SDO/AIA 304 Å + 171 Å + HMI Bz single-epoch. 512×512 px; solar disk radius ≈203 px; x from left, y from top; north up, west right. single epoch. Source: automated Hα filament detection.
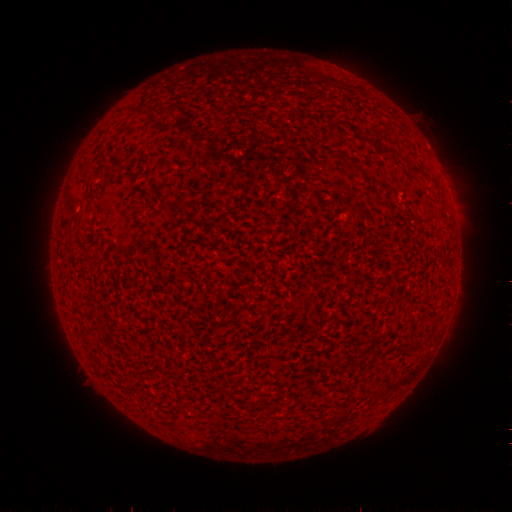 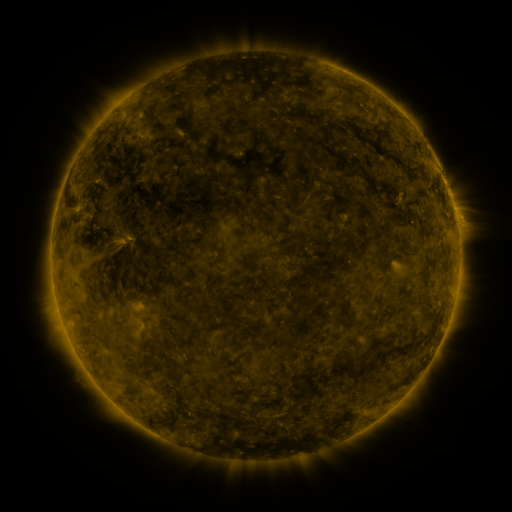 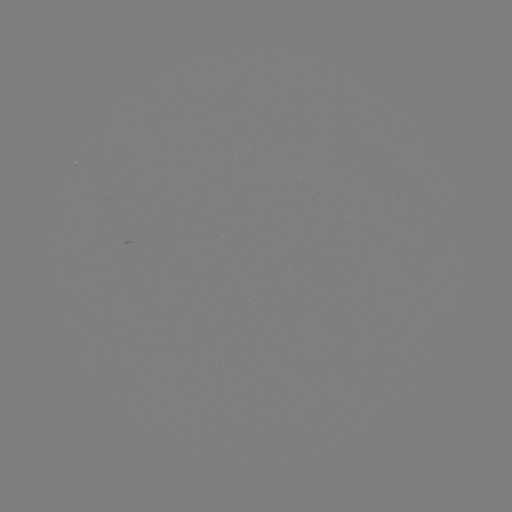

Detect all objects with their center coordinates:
filament: <bbox>383, 148, 396, 156</bbox>
filament: <bbox>79, 164, 87, 173</bbox>
filament: <bbox>409, 167, 422, 176</bbox>
